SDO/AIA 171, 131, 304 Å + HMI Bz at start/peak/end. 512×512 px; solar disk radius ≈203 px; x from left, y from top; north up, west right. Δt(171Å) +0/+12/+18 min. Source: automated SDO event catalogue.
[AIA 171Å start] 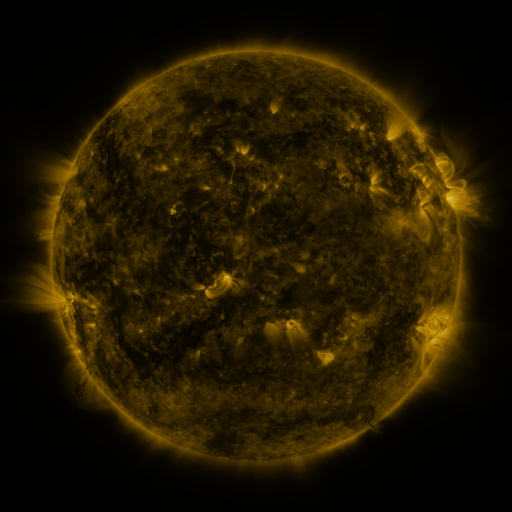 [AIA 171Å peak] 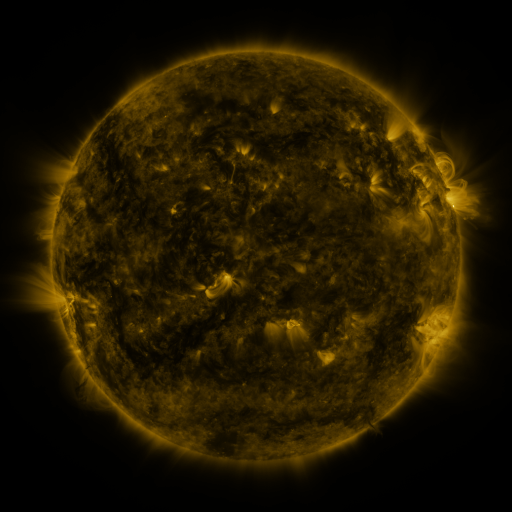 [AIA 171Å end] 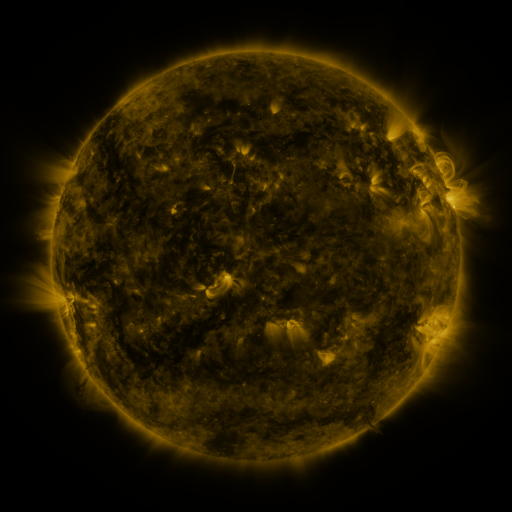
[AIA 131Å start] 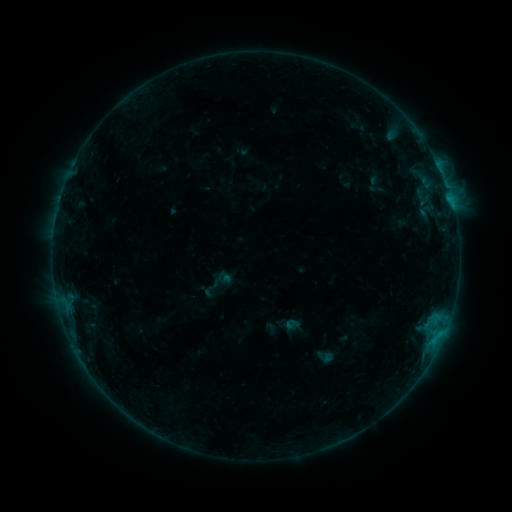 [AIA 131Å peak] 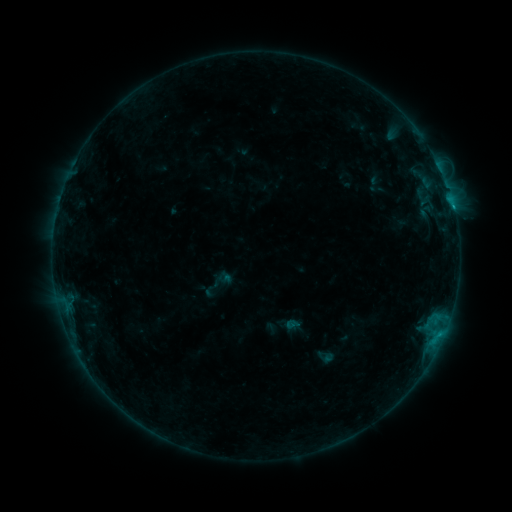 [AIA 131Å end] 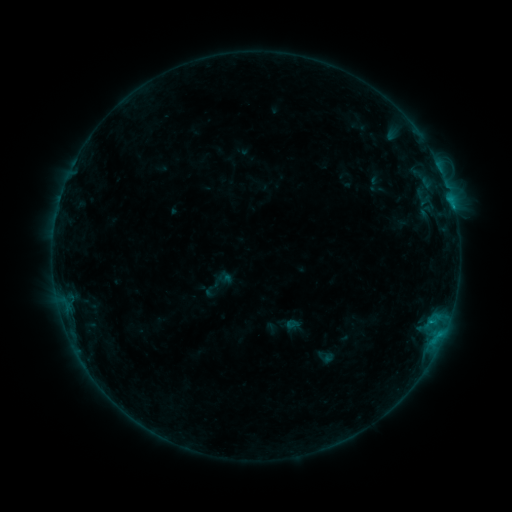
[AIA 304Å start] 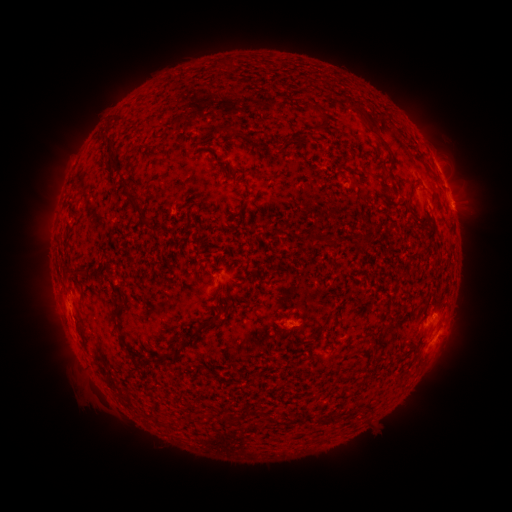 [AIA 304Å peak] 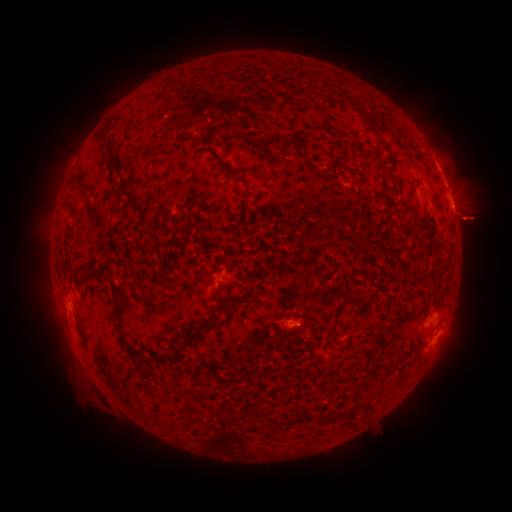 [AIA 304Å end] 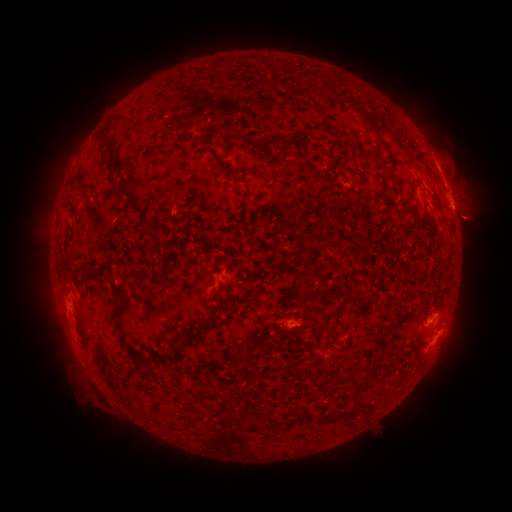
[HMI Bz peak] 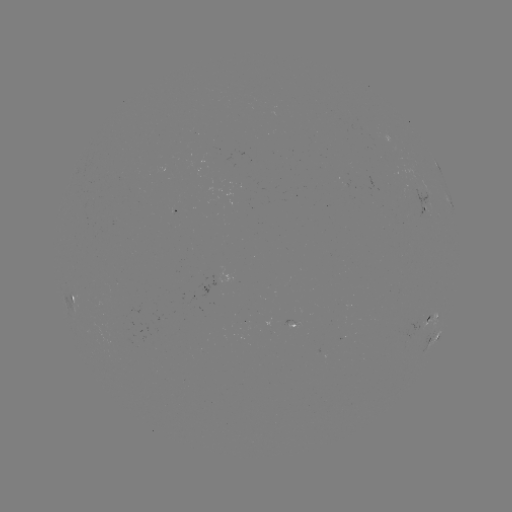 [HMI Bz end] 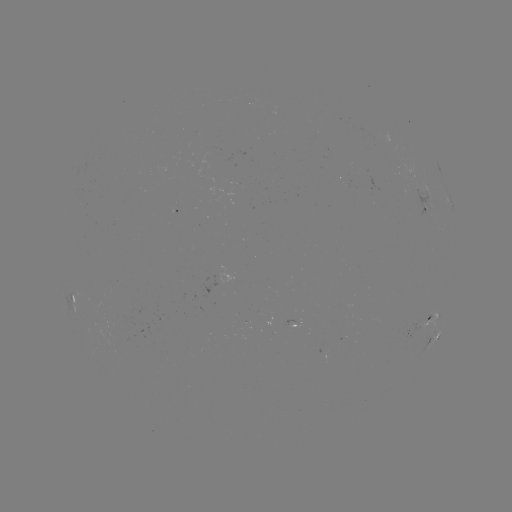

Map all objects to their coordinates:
eruption: (472, 220)
